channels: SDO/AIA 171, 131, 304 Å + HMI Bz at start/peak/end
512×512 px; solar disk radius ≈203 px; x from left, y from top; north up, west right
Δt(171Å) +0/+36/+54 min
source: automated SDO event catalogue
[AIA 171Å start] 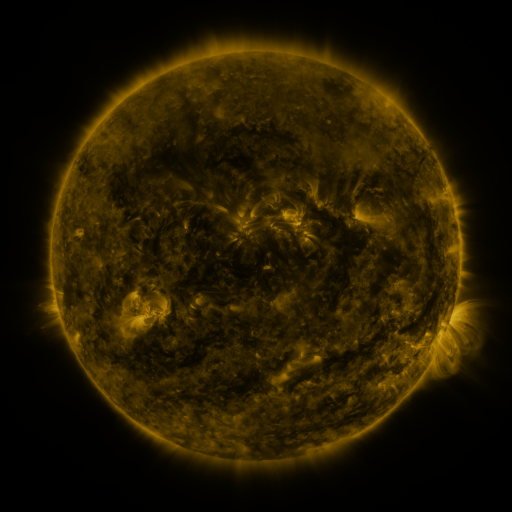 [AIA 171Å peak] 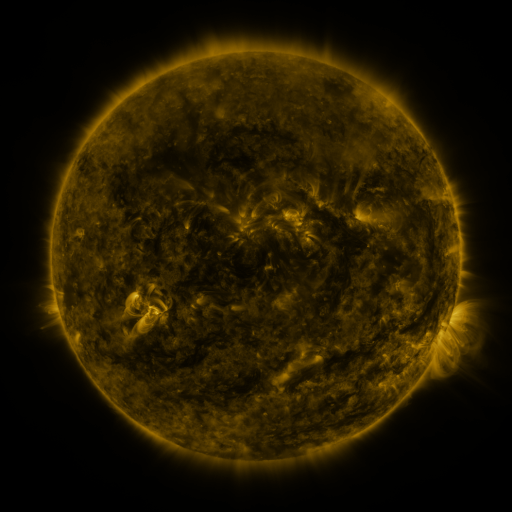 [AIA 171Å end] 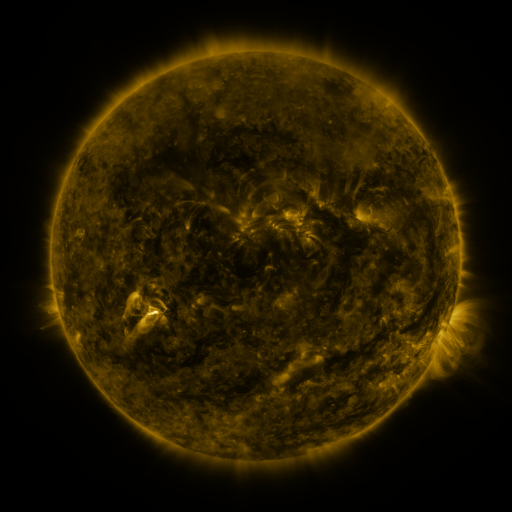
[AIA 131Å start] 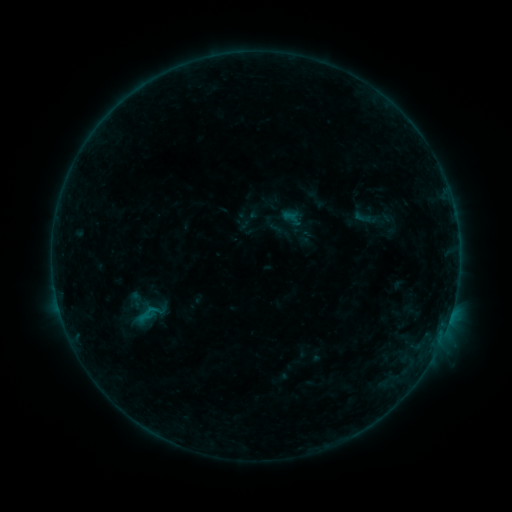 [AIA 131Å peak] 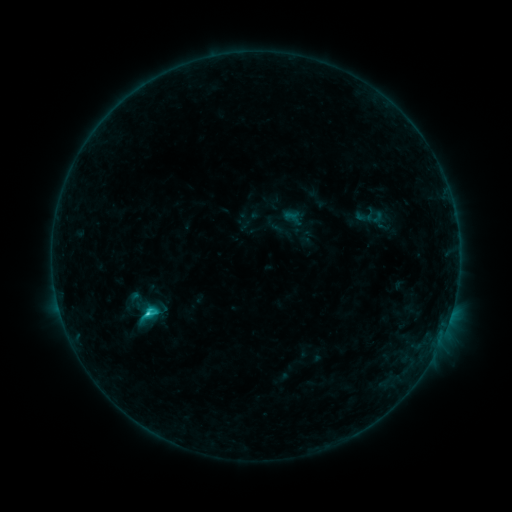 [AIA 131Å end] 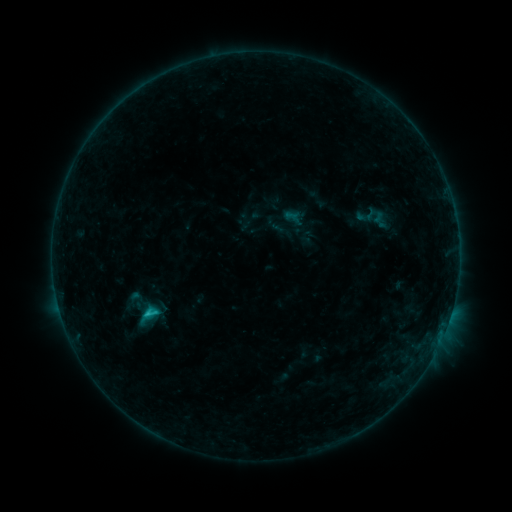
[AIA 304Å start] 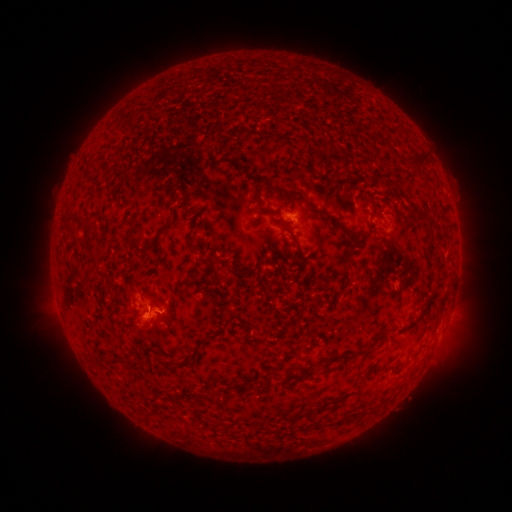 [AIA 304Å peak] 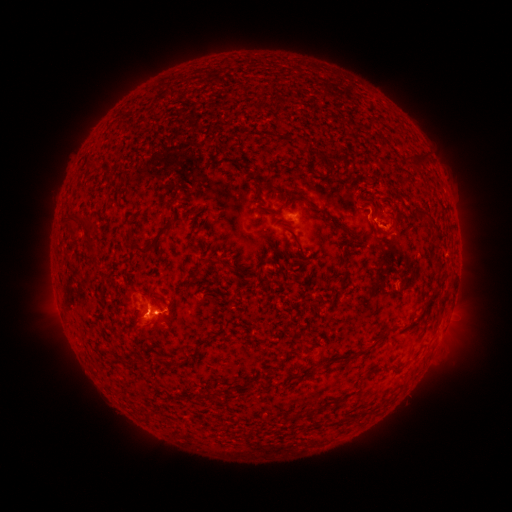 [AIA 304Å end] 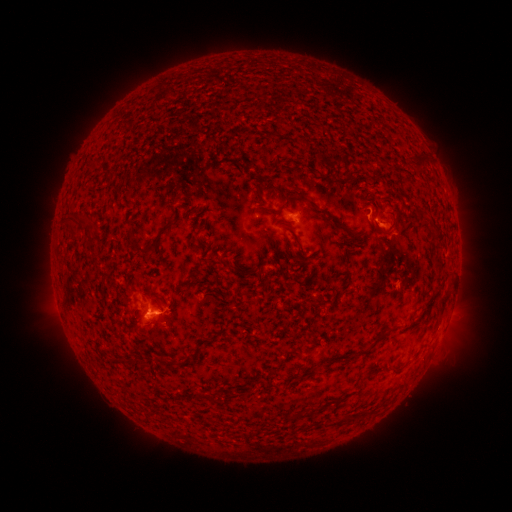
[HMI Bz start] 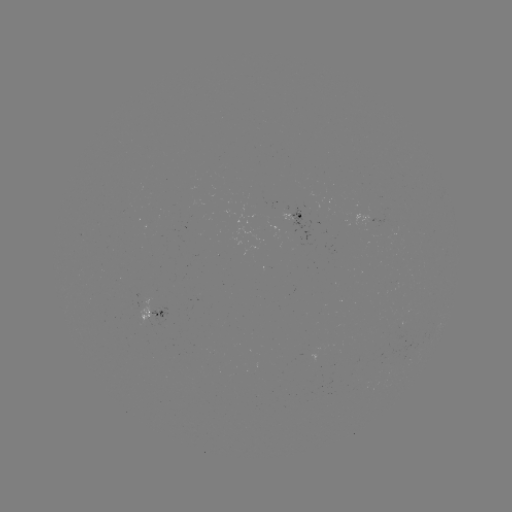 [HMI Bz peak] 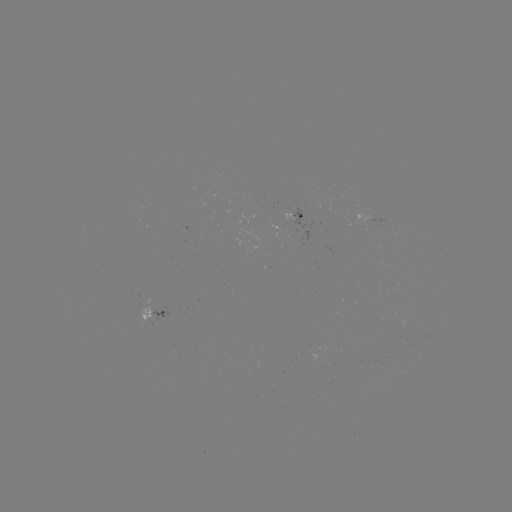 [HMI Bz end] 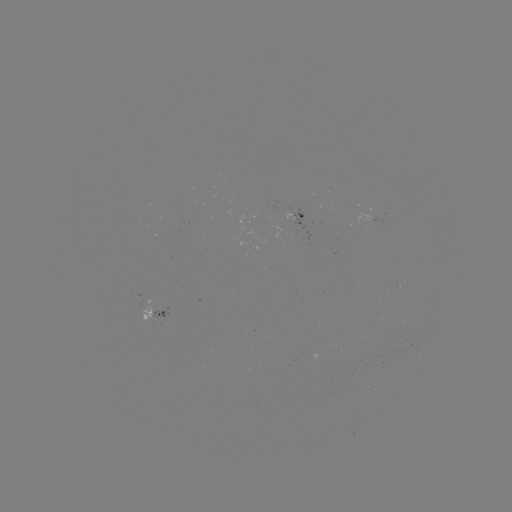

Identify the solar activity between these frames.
C1.6 flare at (149, 310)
